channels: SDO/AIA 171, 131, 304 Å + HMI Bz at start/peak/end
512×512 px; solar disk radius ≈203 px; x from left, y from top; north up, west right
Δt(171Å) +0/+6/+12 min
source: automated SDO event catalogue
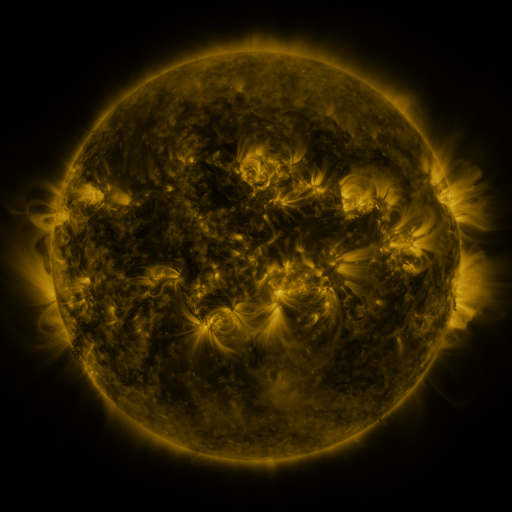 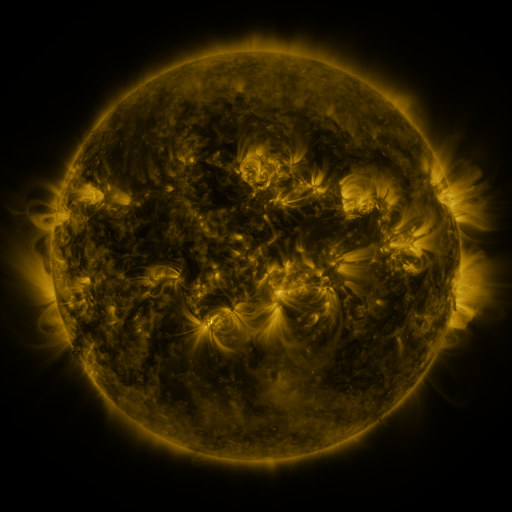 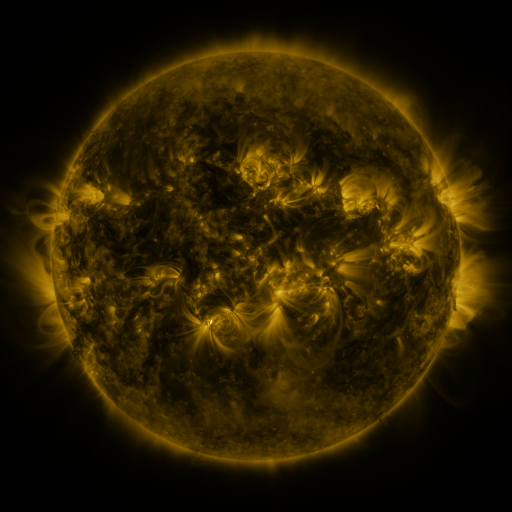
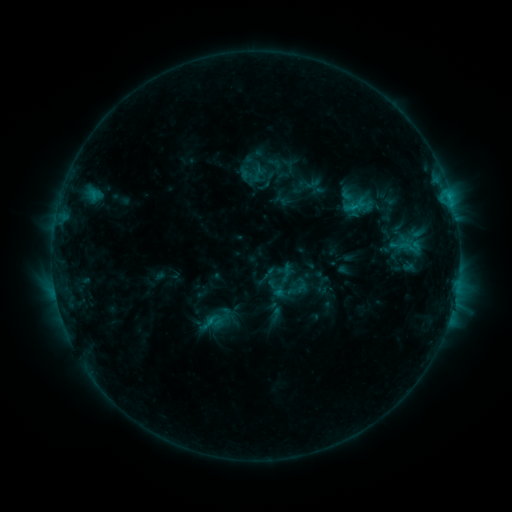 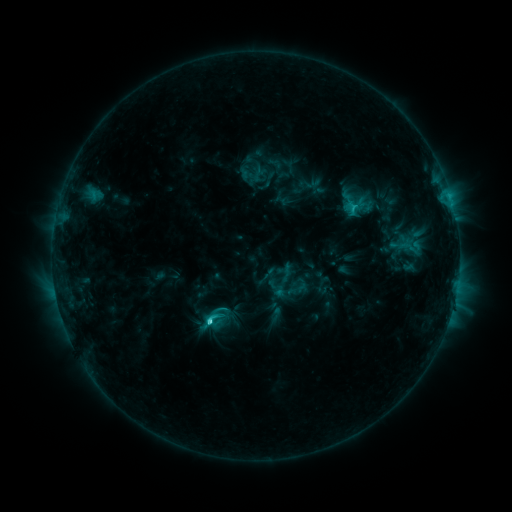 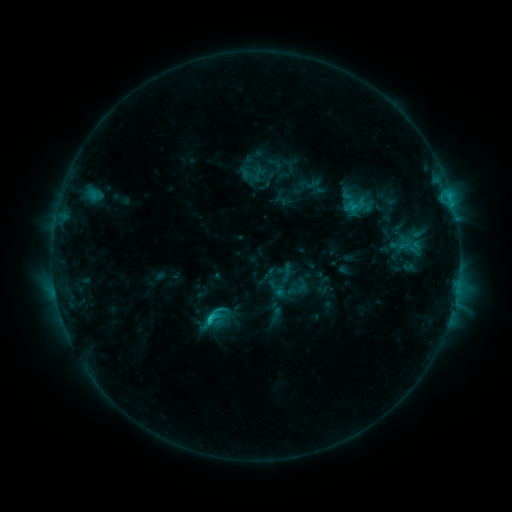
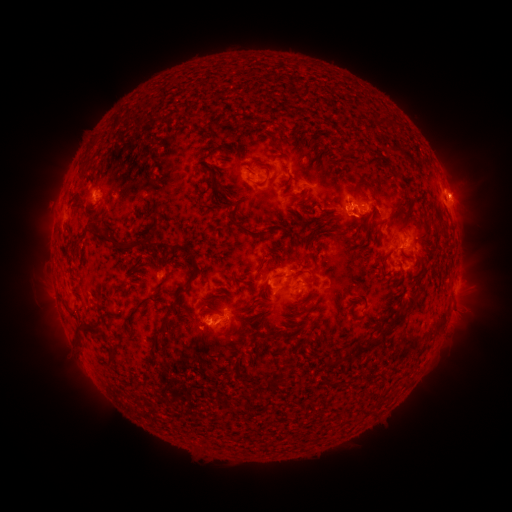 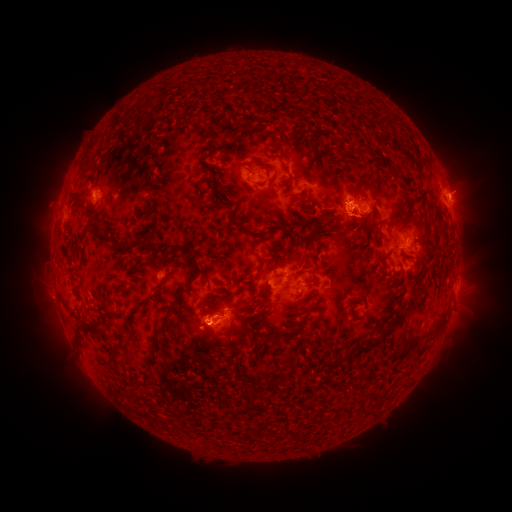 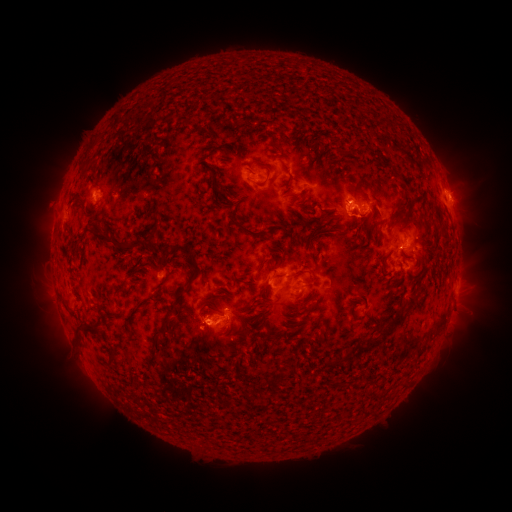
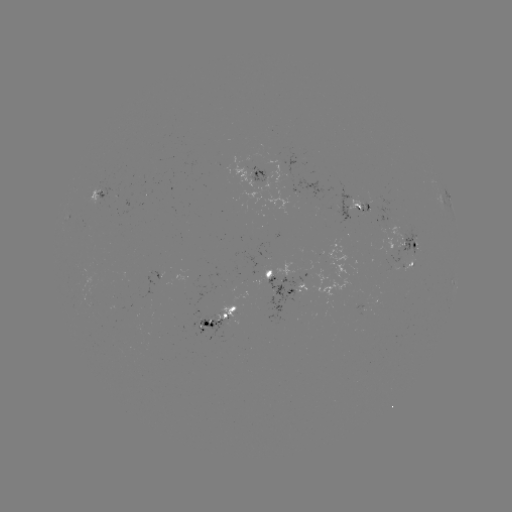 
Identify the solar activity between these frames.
C3.2 flare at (211, 322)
